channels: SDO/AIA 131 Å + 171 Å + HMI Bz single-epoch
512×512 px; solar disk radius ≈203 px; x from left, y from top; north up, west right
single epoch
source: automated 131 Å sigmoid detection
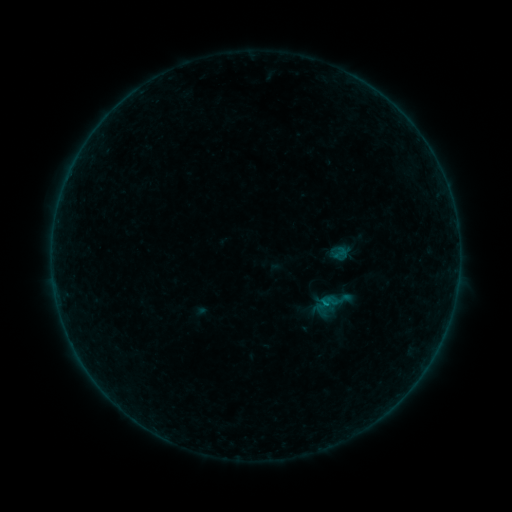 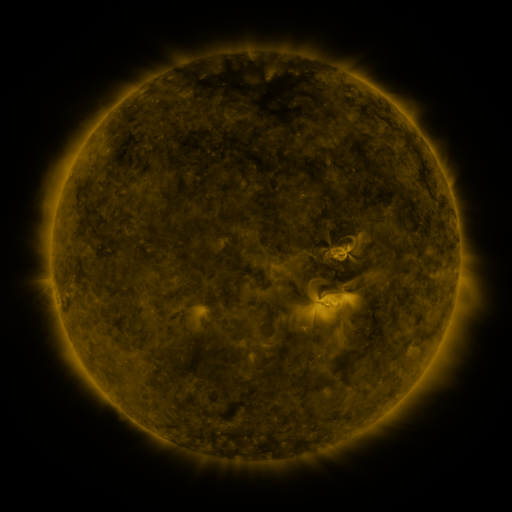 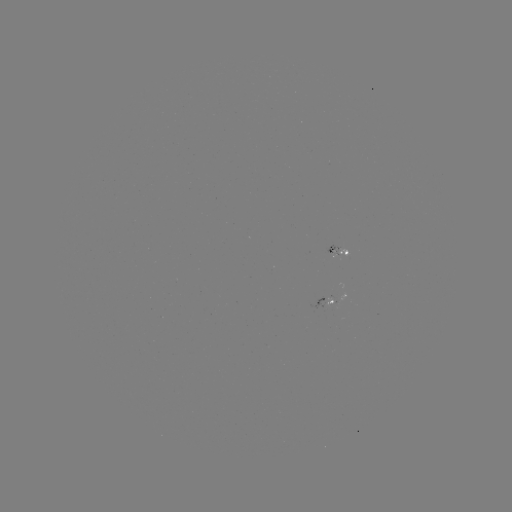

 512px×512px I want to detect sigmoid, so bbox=[313, 302, 328, 316].